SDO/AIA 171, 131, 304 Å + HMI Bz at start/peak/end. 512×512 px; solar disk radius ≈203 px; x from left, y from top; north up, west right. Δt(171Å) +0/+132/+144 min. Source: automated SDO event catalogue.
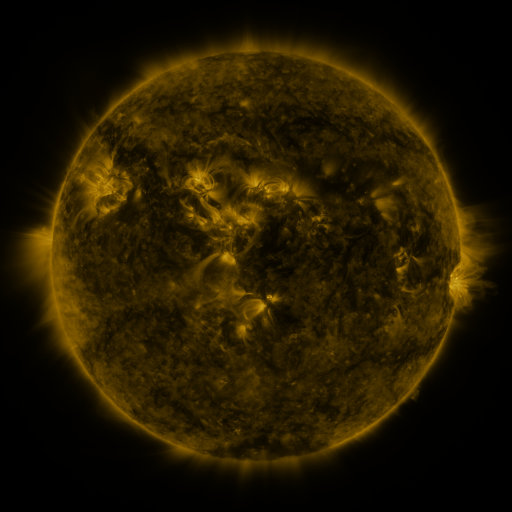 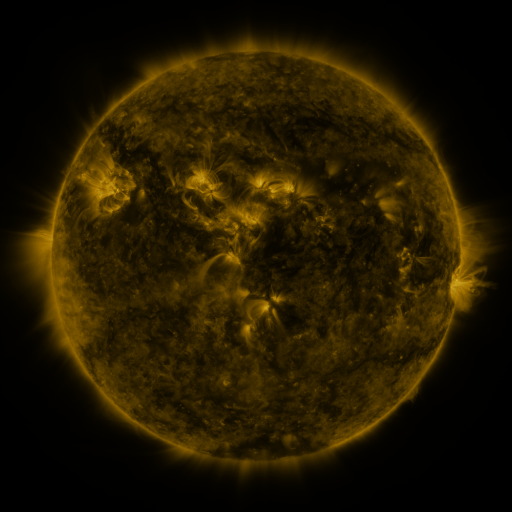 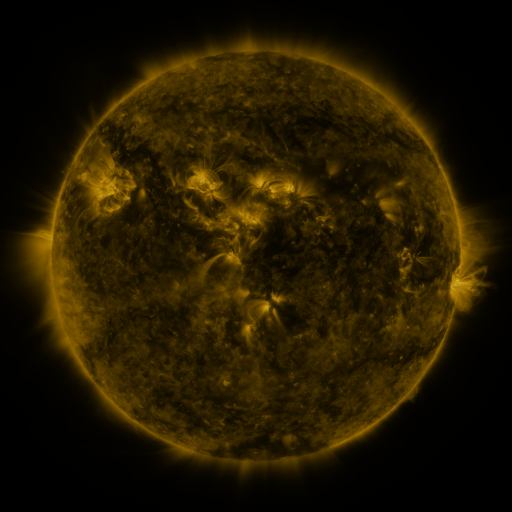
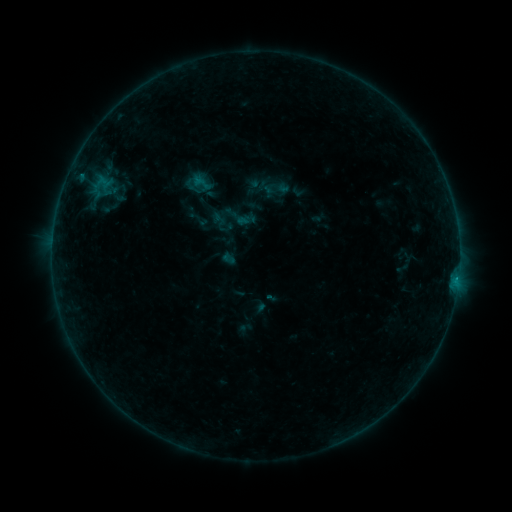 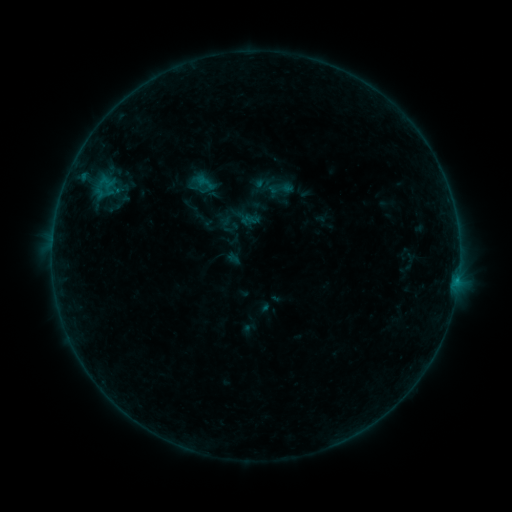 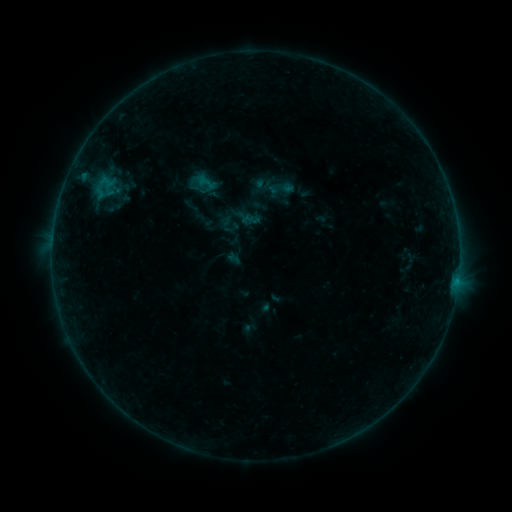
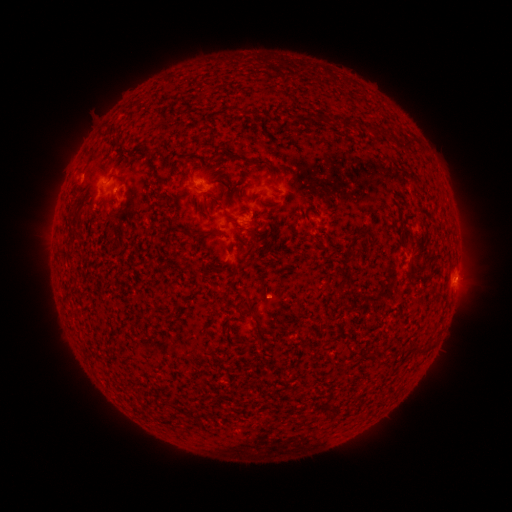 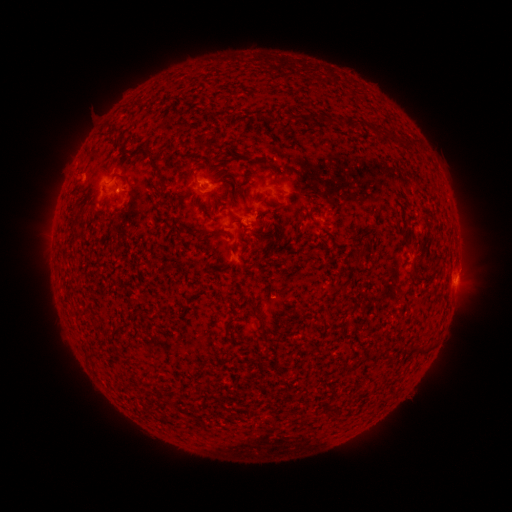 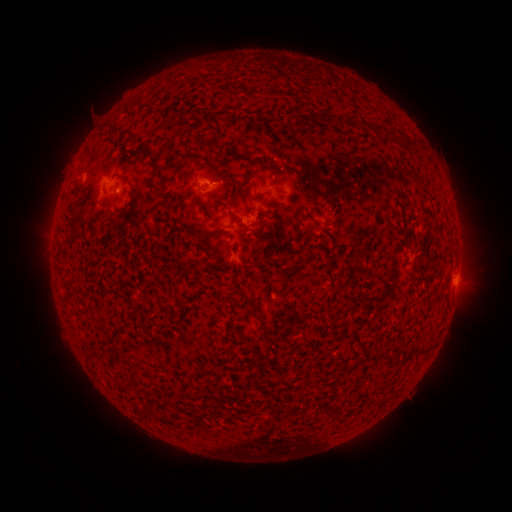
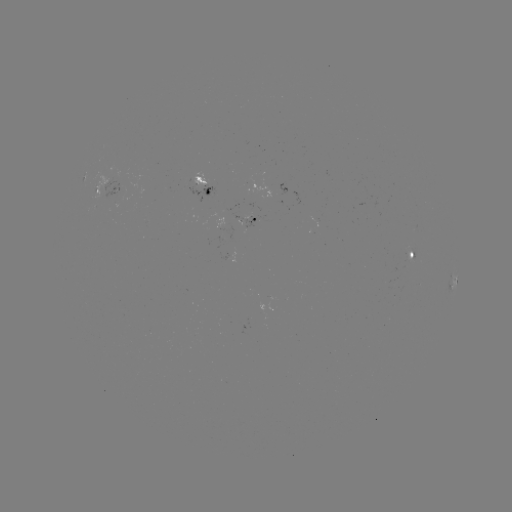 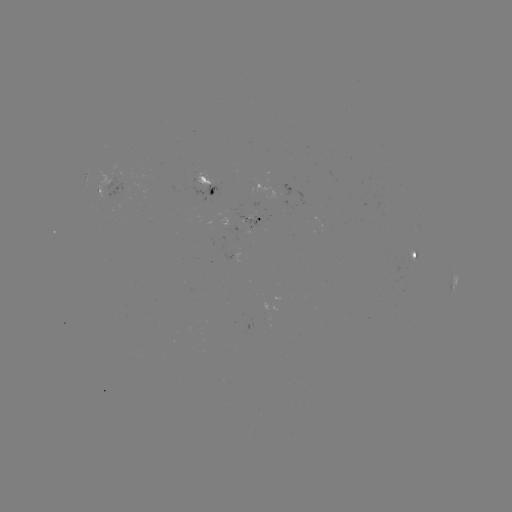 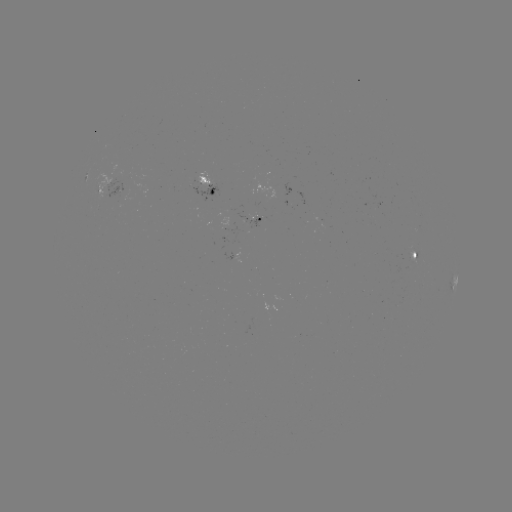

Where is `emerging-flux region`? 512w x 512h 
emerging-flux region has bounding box [408, 250, 415, 263].